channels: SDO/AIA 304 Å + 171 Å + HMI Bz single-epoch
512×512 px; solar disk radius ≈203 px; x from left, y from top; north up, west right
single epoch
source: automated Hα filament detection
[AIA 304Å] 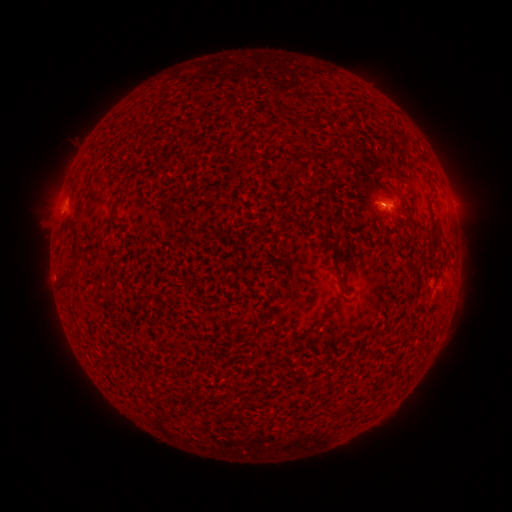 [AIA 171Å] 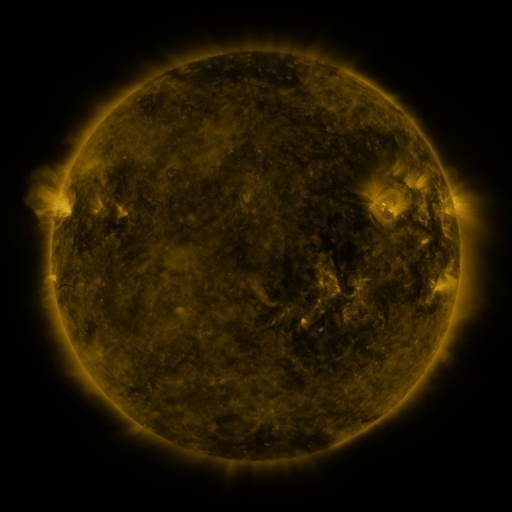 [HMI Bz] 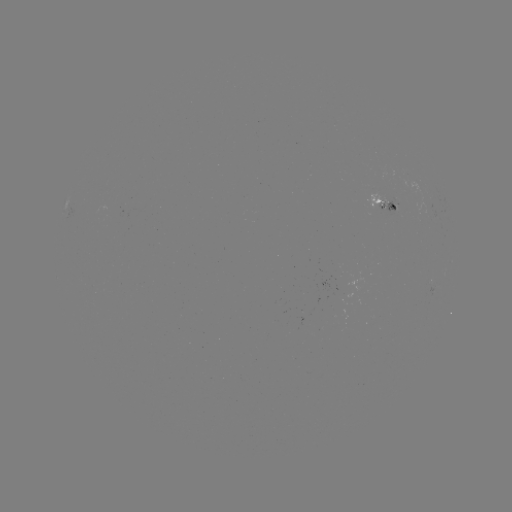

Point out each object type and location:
filament: (399, 194)
filament: (114, 210)
filament: (75, 232)
filament: (333, 237)
filament: (425, 258)
filament: (72, 273)
filament: (328, 314)
filament: (314, 331)
